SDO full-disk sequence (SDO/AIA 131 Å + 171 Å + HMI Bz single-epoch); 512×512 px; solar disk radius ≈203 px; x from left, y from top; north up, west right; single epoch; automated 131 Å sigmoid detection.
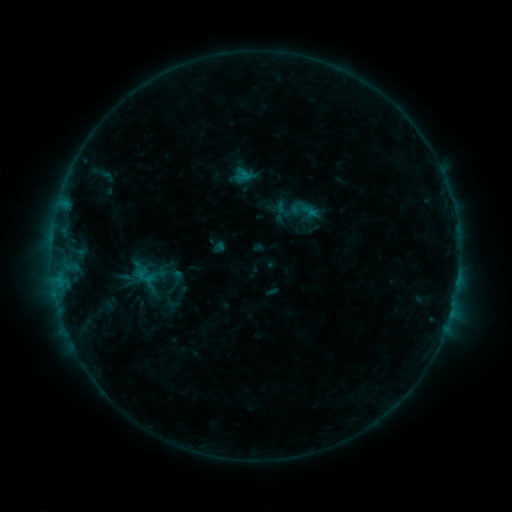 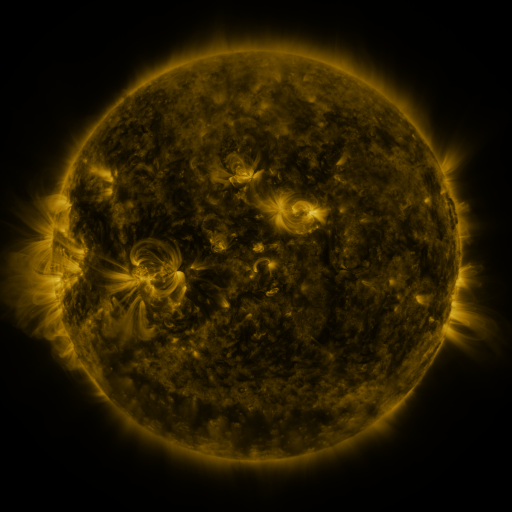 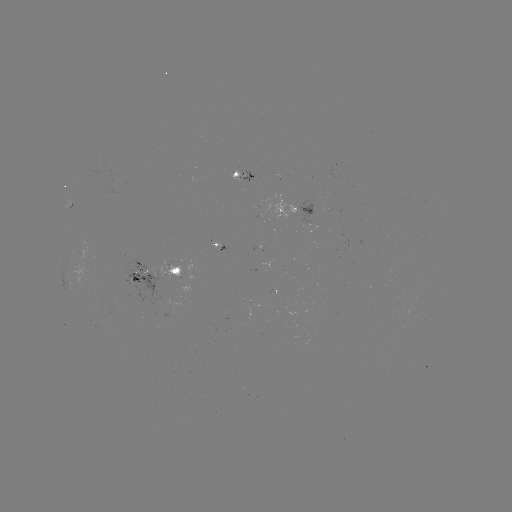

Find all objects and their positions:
sigmoid: (233, 166, 251, 184)
